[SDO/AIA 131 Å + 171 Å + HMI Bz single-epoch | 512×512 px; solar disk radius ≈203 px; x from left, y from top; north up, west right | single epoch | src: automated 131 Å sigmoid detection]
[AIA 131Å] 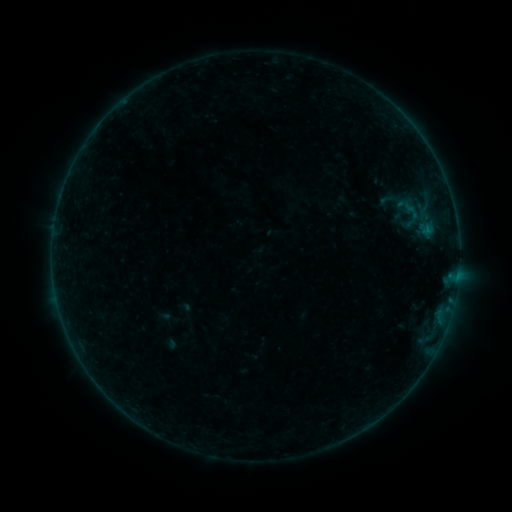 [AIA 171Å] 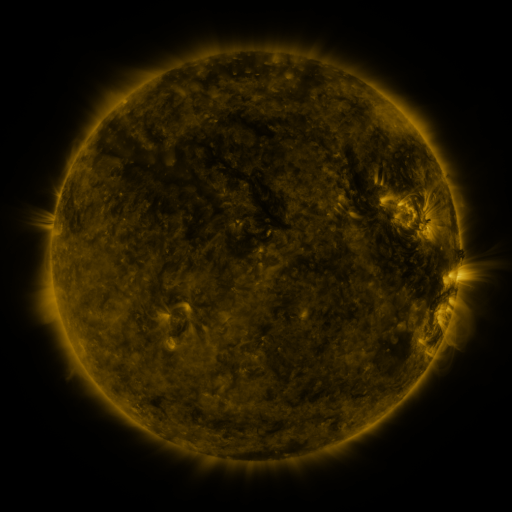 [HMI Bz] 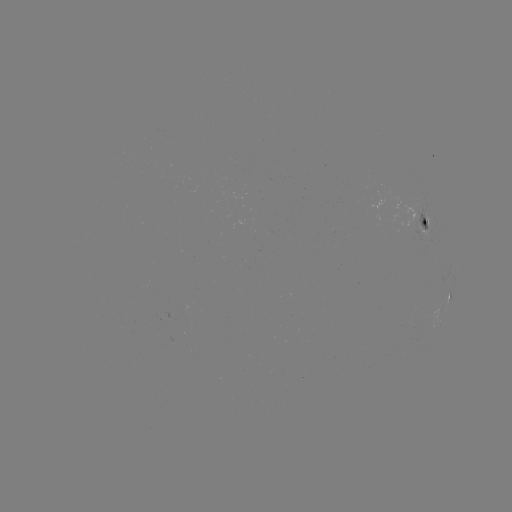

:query sigmoid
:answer (407, 206)